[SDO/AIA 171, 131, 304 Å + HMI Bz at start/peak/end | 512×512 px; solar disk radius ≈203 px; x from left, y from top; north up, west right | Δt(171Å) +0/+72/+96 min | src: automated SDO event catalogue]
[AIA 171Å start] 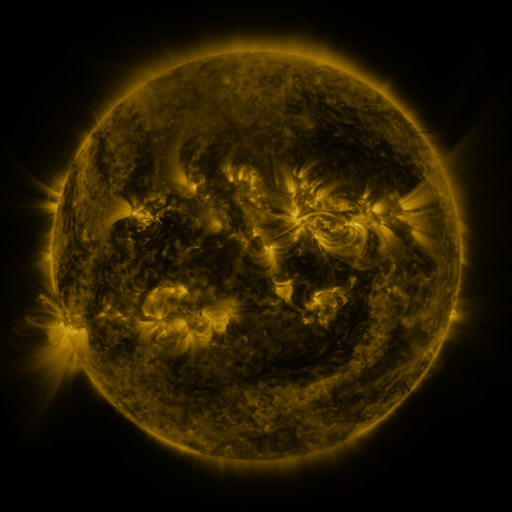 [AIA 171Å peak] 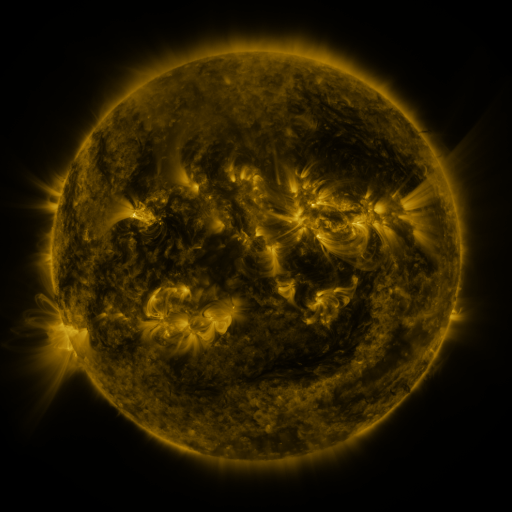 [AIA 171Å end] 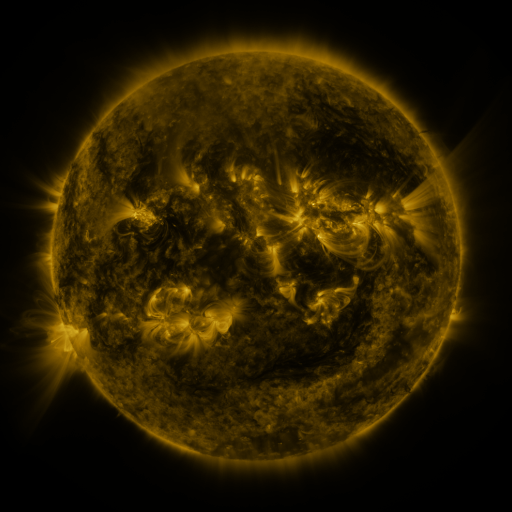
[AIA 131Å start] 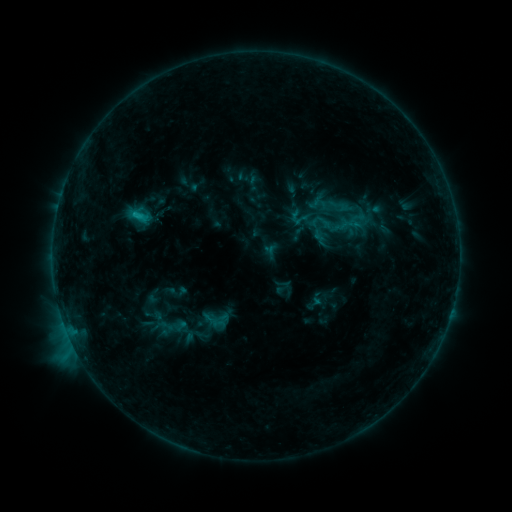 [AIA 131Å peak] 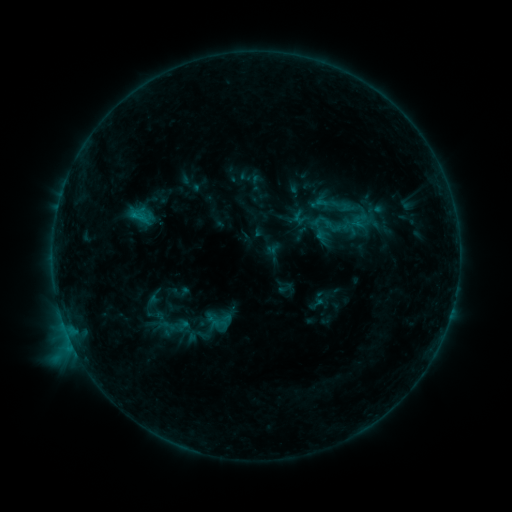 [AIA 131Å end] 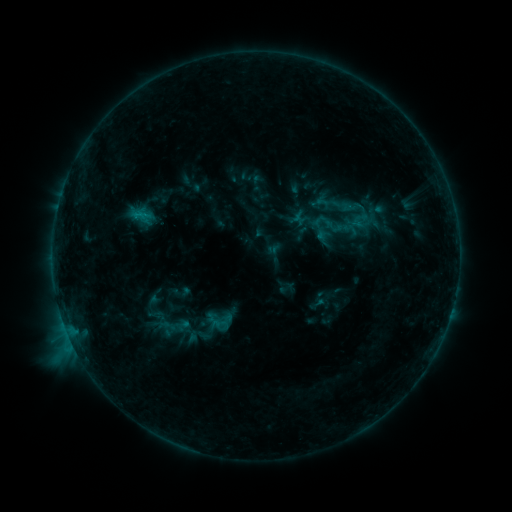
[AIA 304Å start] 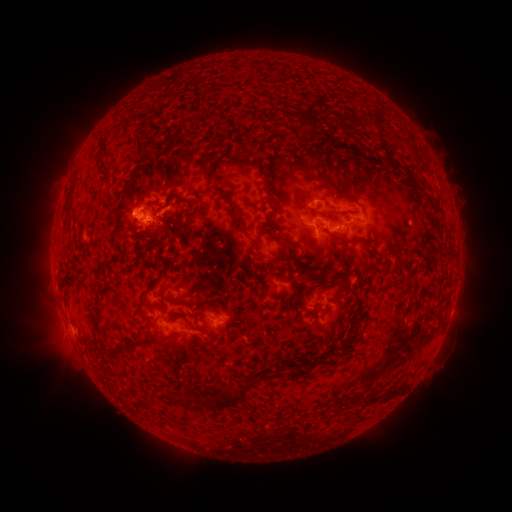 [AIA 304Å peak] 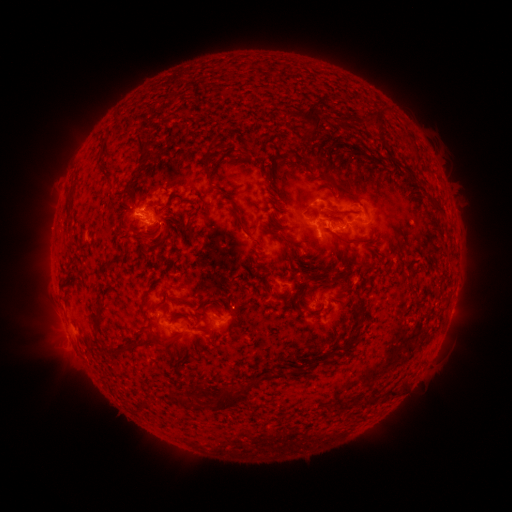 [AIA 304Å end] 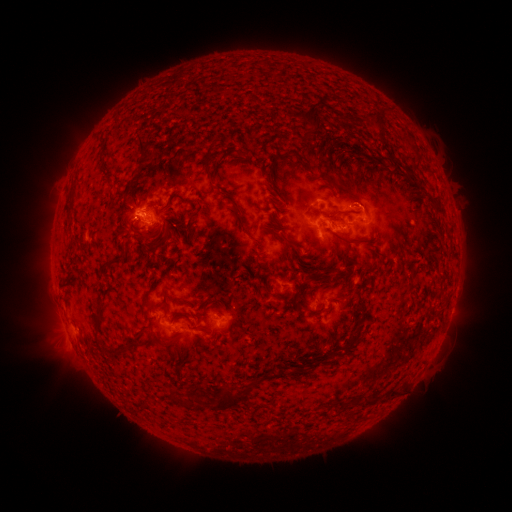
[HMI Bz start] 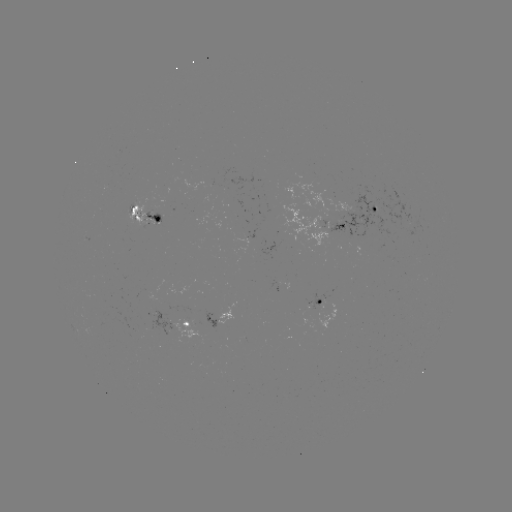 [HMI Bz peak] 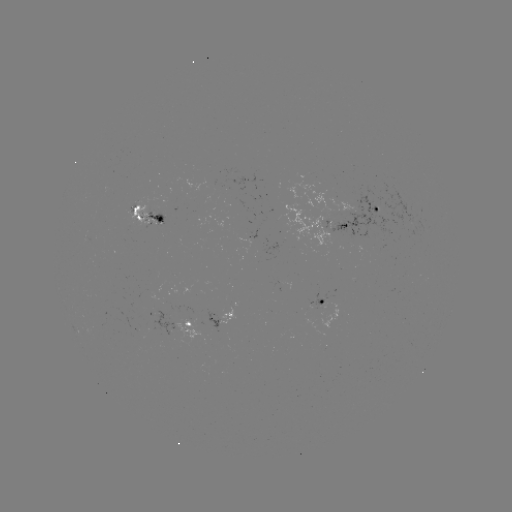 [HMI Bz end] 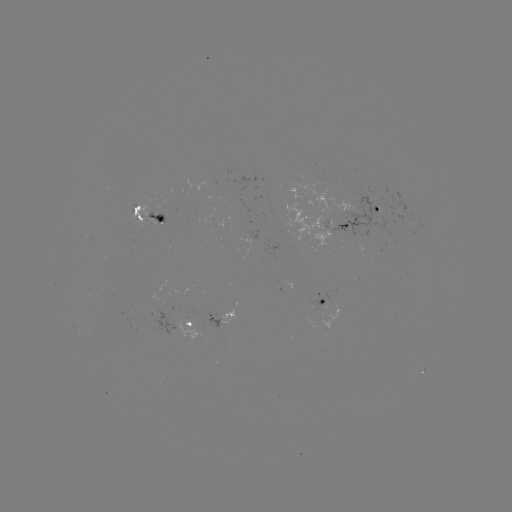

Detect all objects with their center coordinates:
emerging-flux region: (196, 323)
